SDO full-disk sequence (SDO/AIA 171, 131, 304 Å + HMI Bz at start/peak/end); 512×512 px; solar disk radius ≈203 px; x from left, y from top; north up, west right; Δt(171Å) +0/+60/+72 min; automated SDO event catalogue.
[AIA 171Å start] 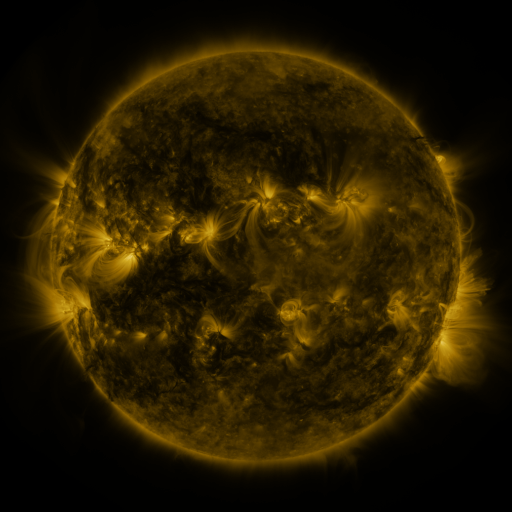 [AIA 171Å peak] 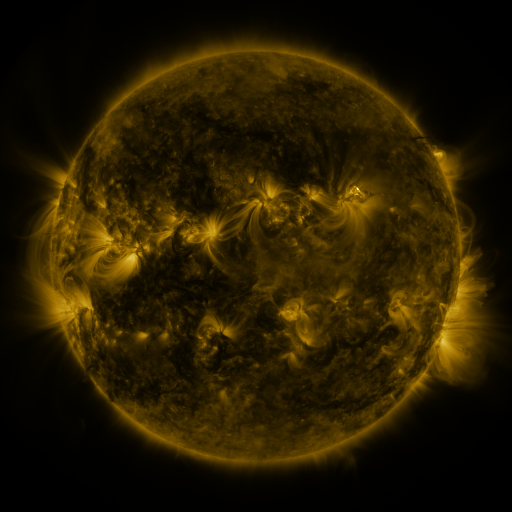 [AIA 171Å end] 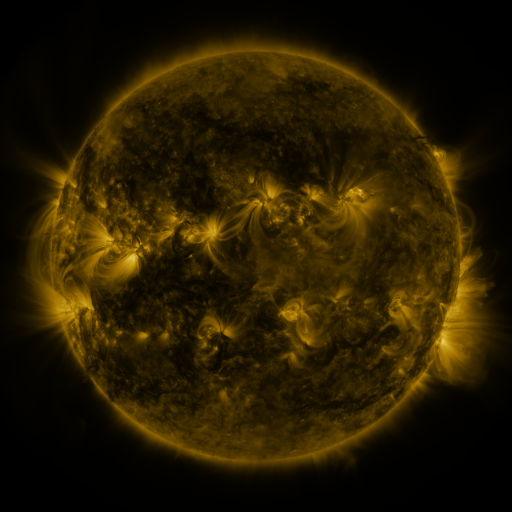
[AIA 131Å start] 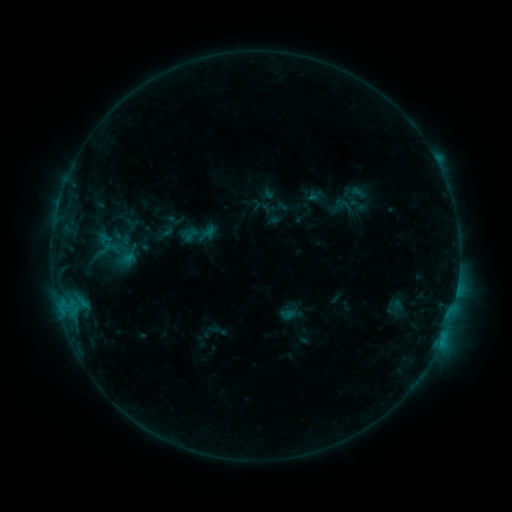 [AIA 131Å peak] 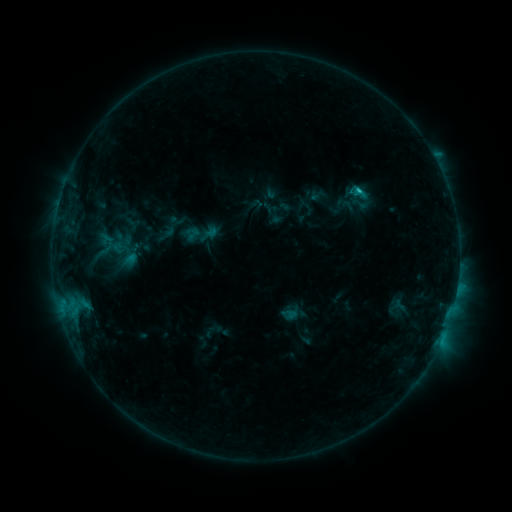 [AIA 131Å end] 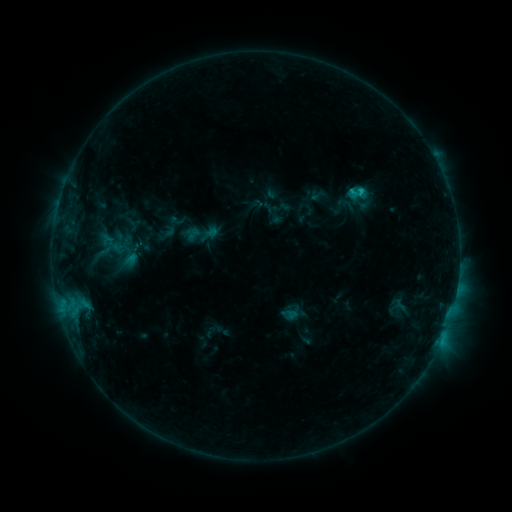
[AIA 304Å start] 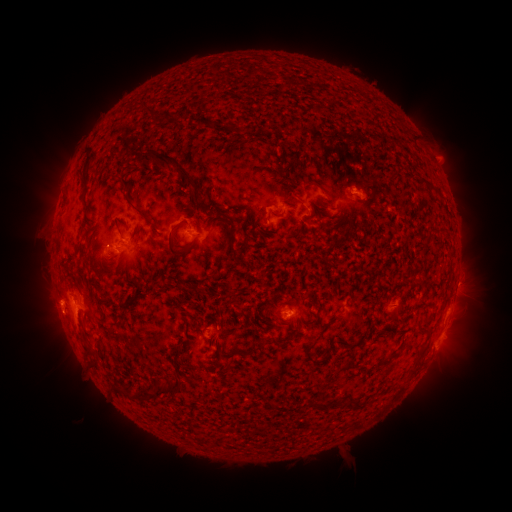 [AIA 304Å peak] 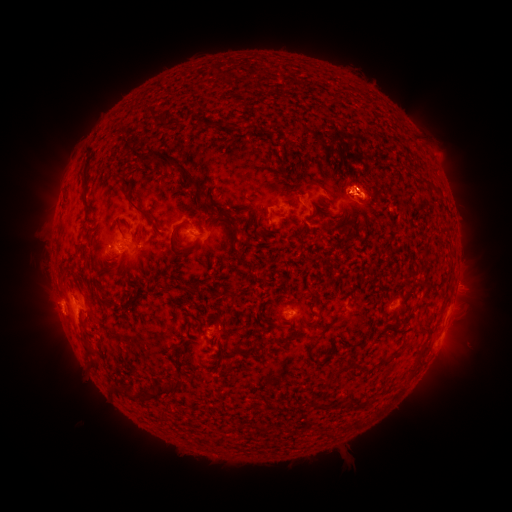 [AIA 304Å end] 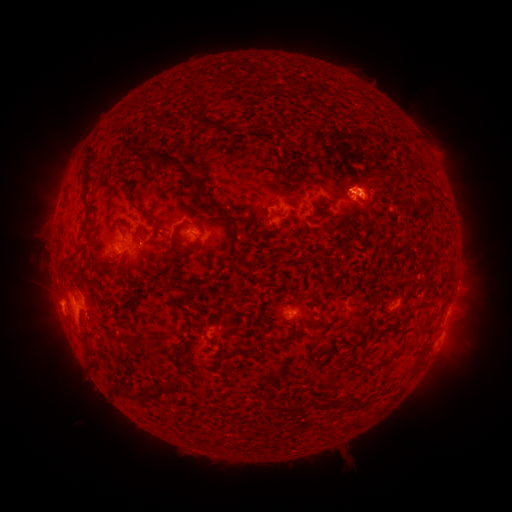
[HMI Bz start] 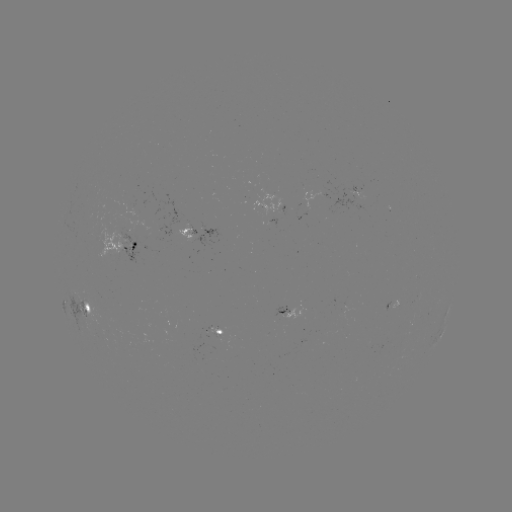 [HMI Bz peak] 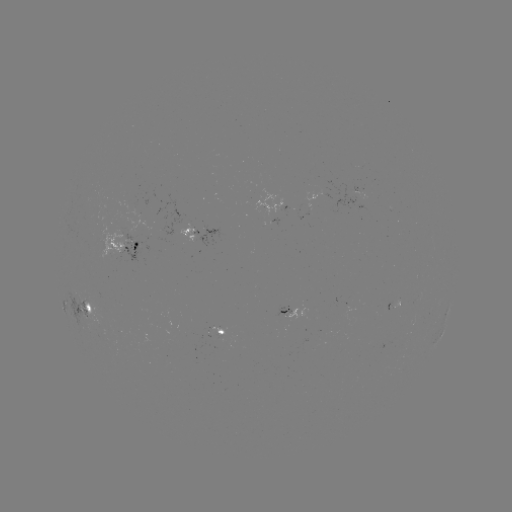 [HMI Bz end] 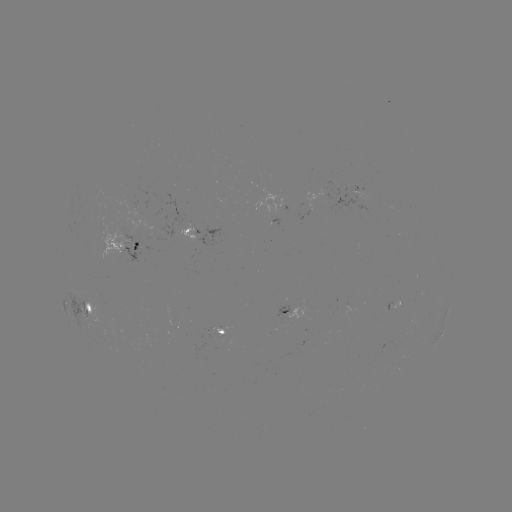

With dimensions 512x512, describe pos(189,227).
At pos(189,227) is emerging-flux region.